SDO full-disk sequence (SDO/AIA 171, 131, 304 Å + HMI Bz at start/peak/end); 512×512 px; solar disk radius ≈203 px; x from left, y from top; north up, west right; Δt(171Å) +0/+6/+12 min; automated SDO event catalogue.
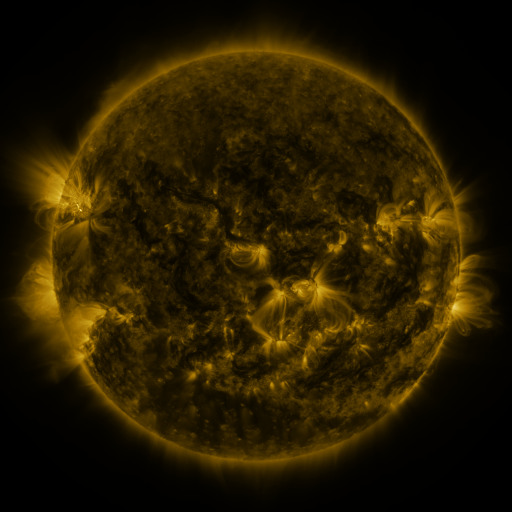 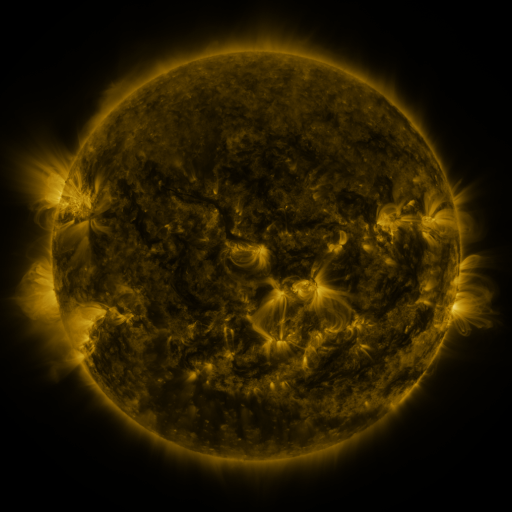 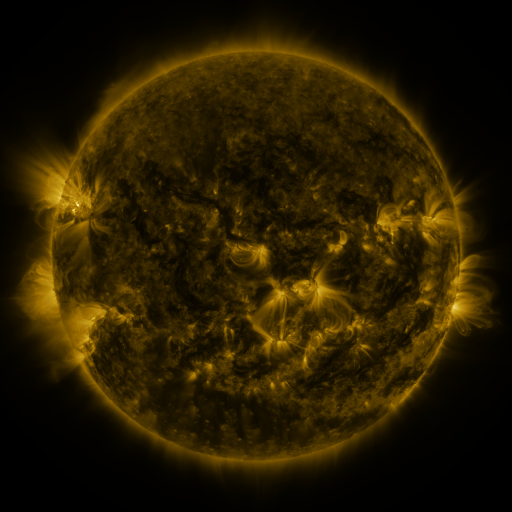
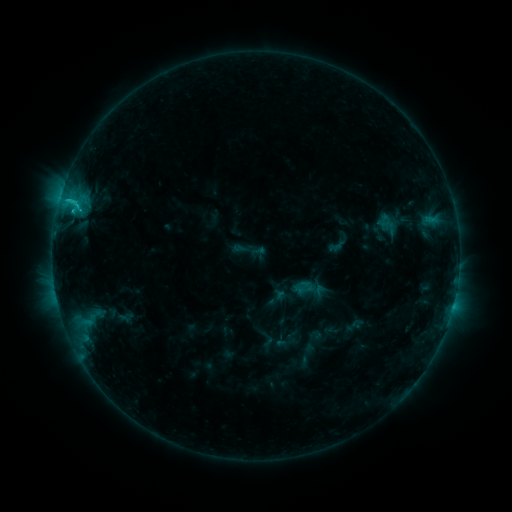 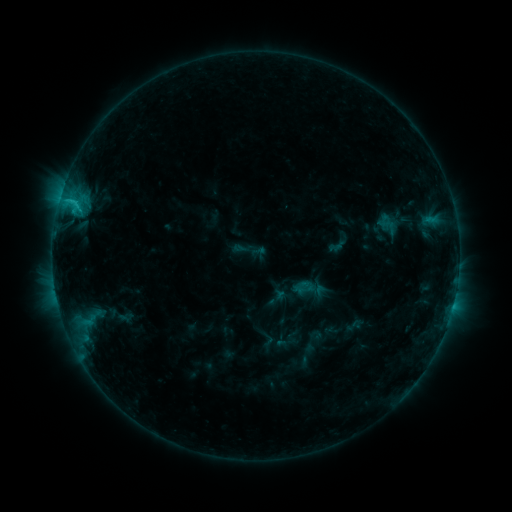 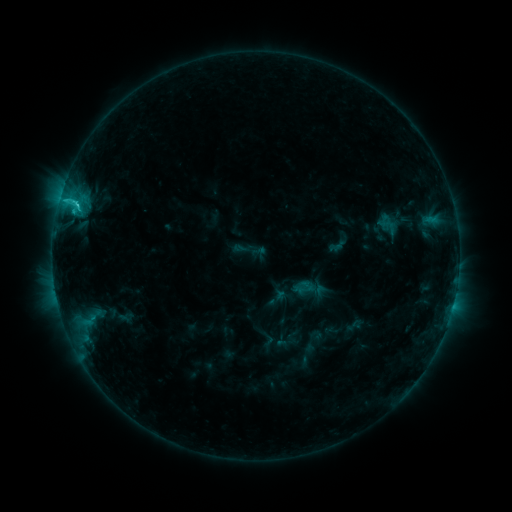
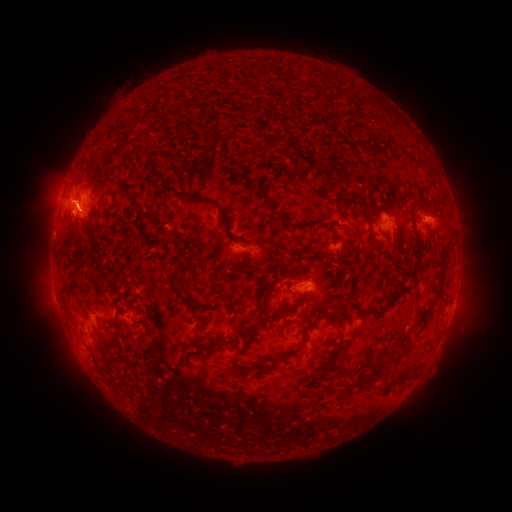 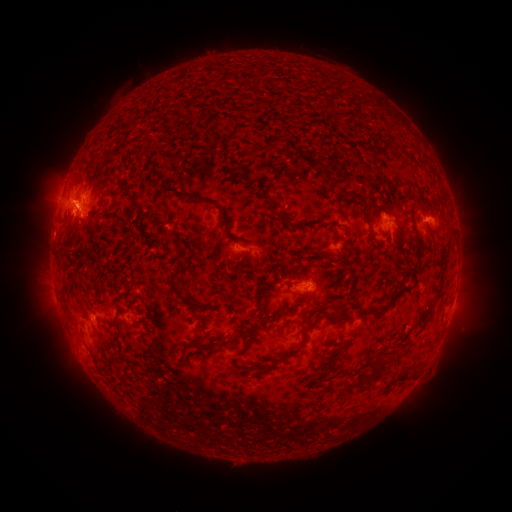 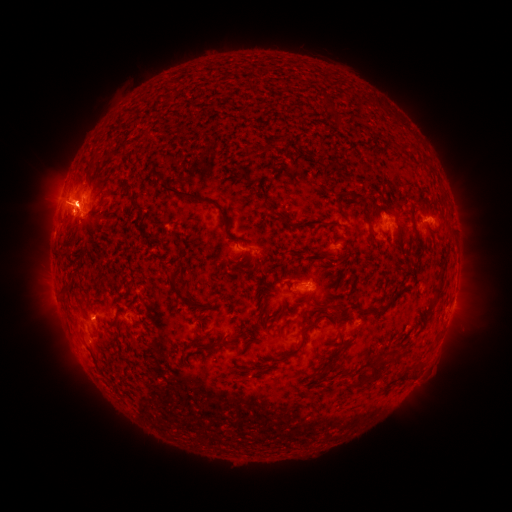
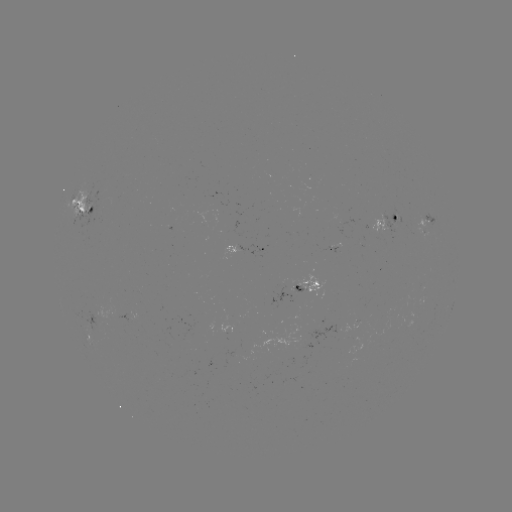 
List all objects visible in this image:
C2.5 flare: (77, 205)
